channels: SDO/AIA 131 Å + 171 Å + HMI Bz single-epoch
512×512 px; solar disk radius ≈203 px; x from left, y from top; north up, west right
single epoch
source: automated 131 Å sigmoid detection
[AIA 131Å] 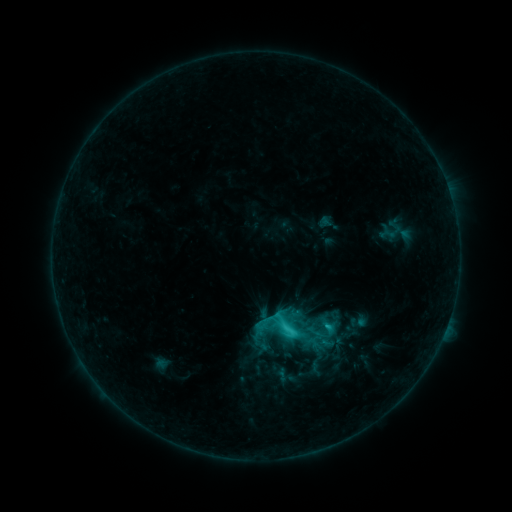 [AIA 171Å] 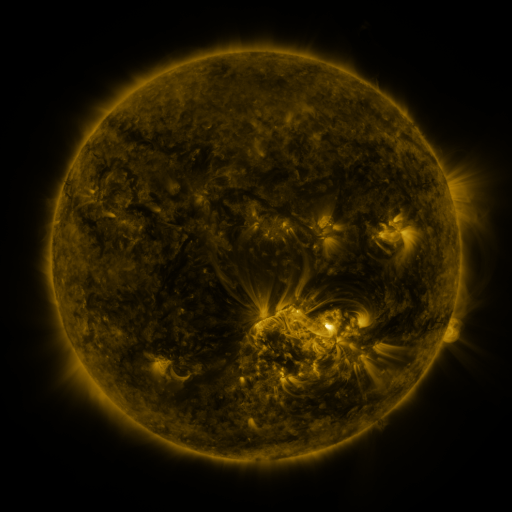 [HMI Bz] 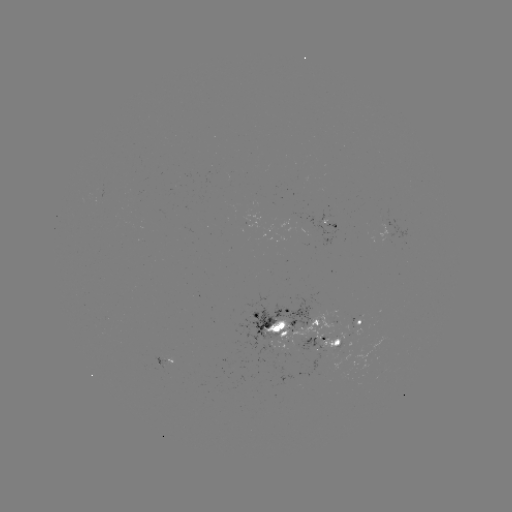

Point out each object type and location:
sigmoid: (269, 309, 302, 341)
sigmoid: (260, 316, 279, 335)
sigmoid: (322, 316, 339, 332)
